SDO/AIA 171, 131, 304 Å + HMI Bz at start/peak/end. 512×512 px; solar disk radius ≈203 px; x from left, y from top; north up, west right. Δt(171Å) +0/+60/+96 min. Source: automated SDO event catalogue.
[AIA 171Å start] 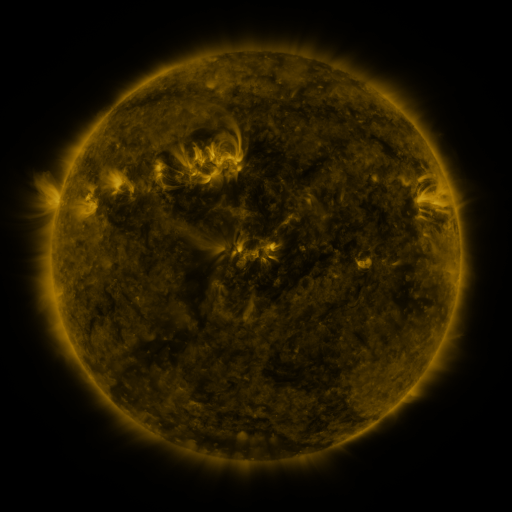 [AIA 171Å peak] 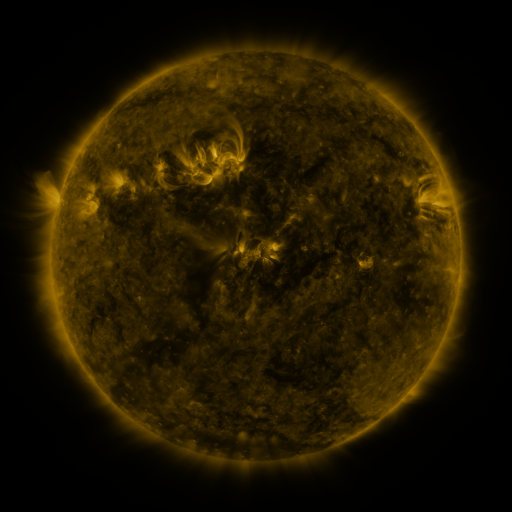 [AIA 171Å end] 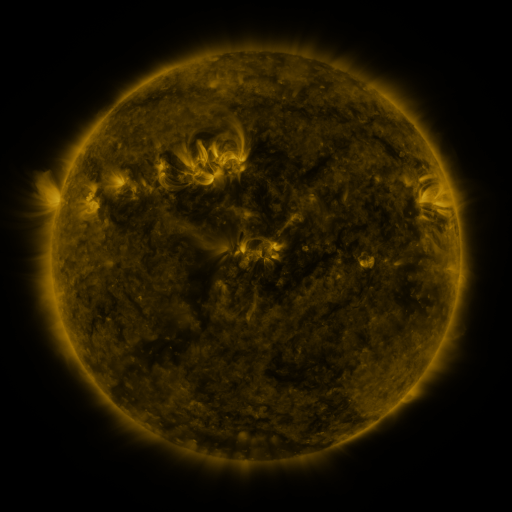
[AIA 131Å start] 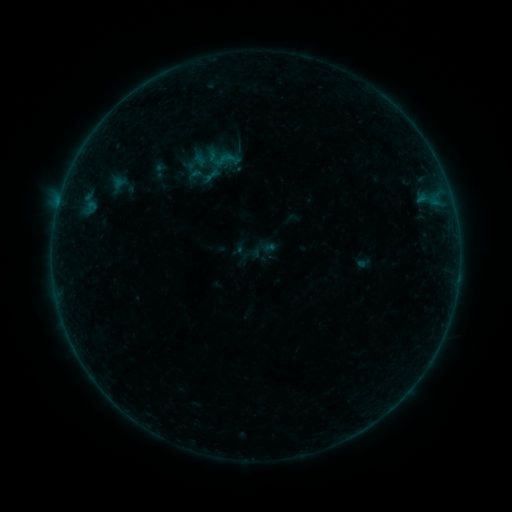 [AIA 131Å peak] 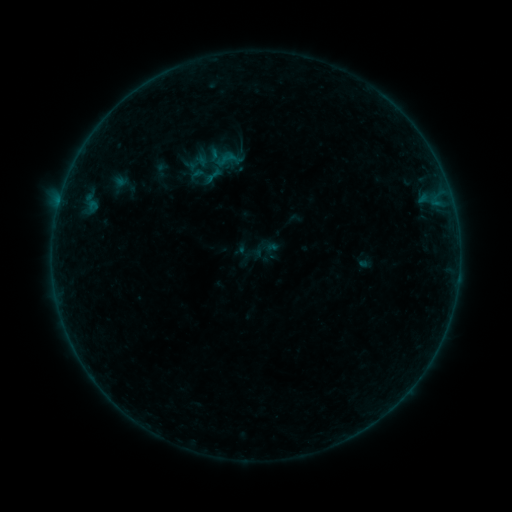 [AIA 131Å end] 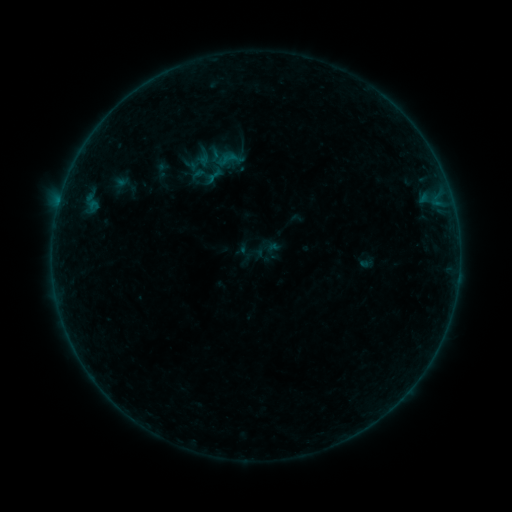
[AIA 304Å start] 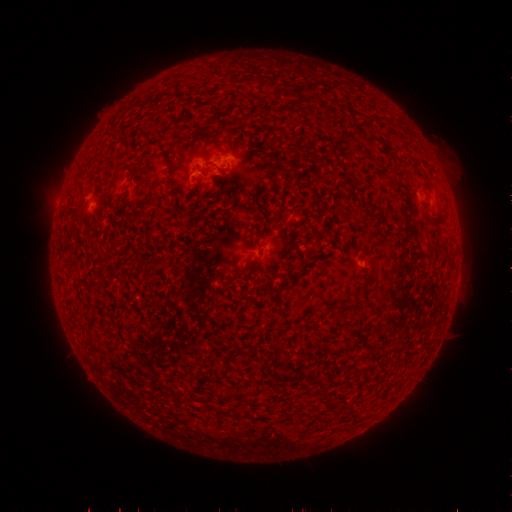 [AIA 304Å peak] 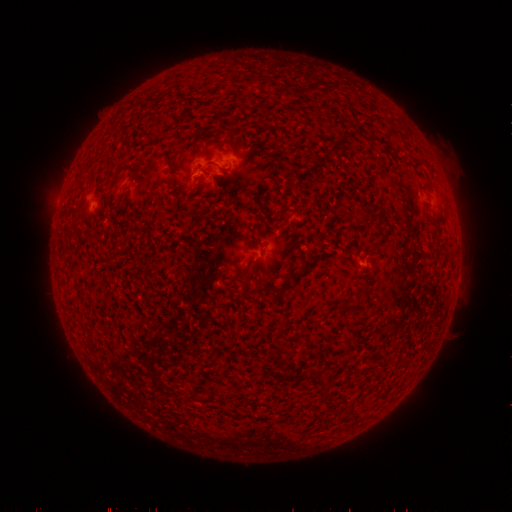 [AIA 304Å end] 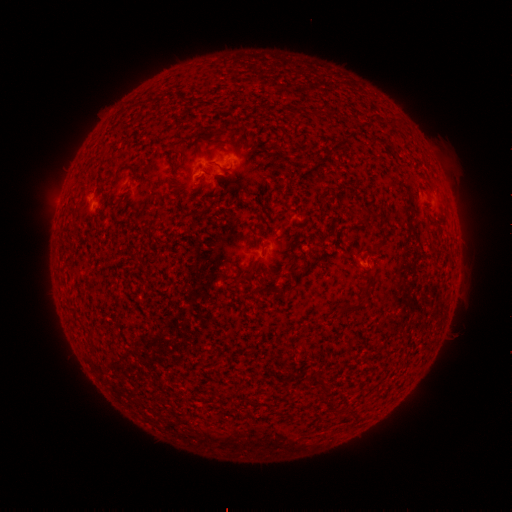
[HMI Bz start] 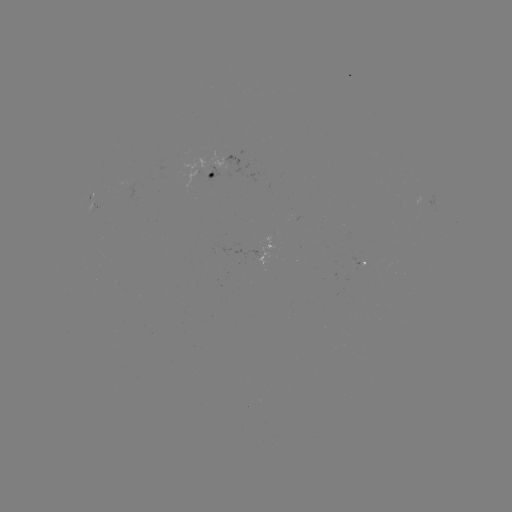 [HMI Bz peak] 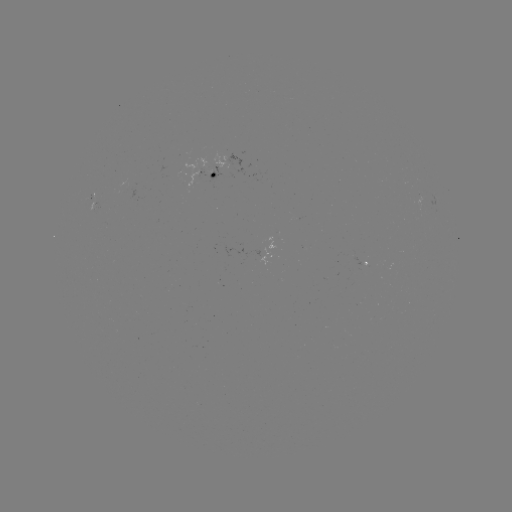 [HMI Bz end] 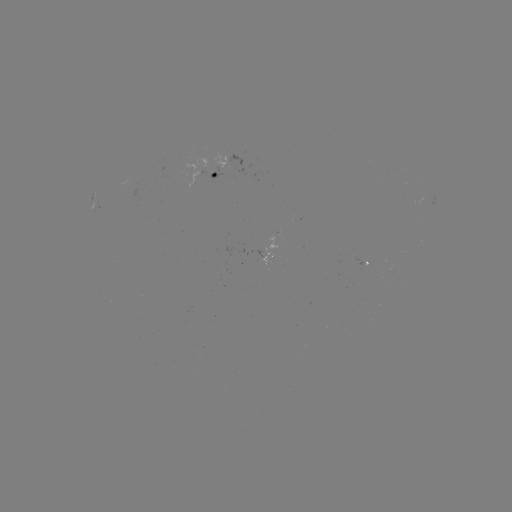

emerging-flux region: <bbox>213, 152, 231, 175</bbox>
